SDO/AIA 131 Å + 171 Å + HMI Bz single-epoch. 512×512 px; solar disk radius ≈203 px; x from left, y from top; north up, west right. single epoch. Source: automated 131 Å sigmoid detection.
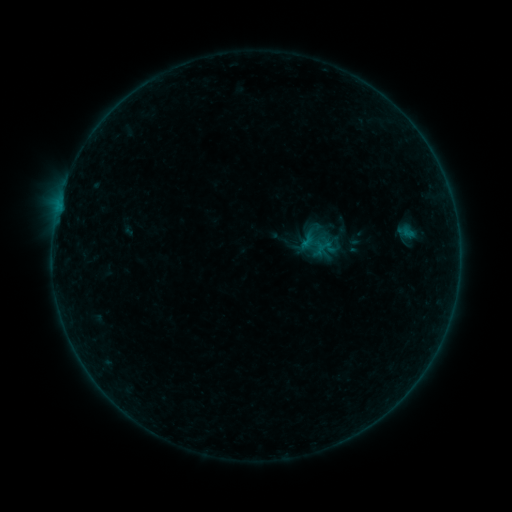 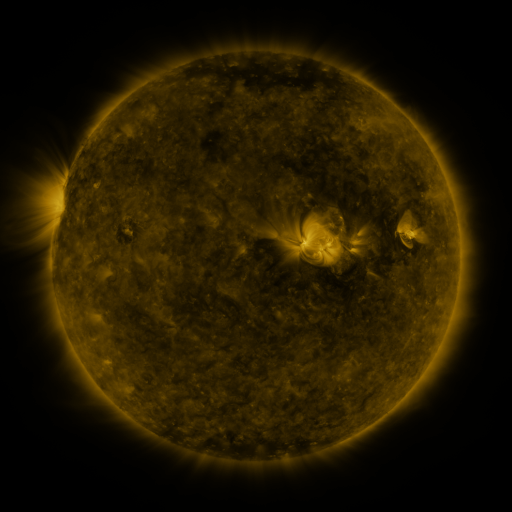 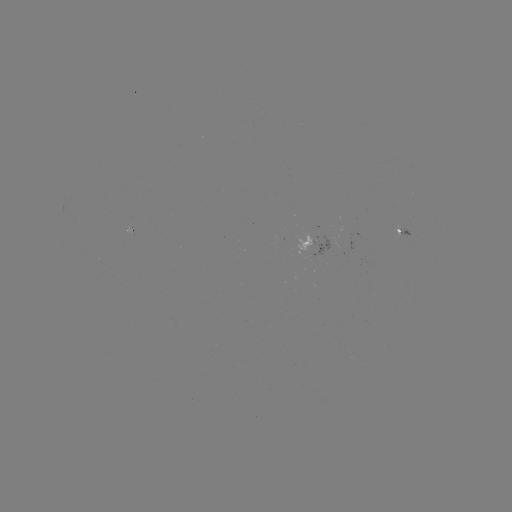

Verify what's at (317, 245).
sigmoid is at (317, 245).